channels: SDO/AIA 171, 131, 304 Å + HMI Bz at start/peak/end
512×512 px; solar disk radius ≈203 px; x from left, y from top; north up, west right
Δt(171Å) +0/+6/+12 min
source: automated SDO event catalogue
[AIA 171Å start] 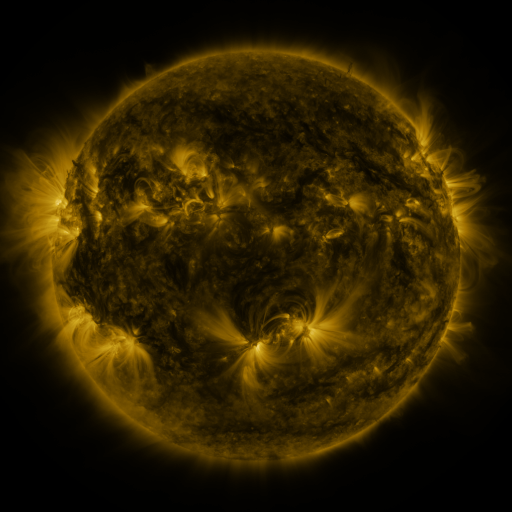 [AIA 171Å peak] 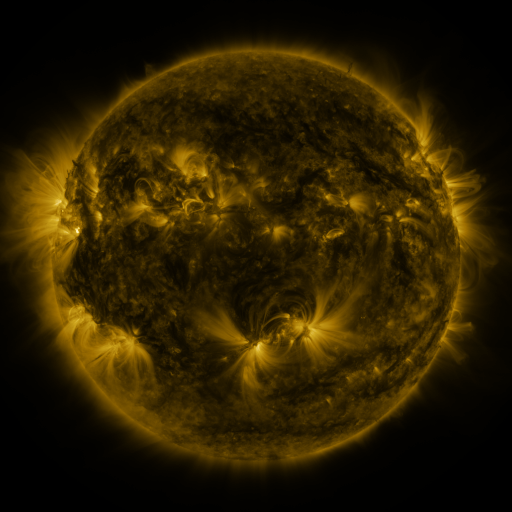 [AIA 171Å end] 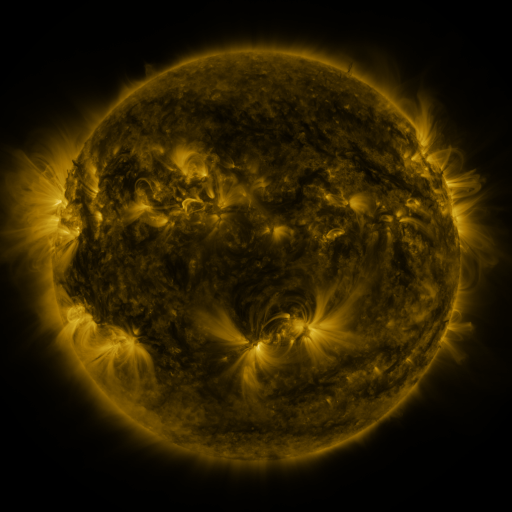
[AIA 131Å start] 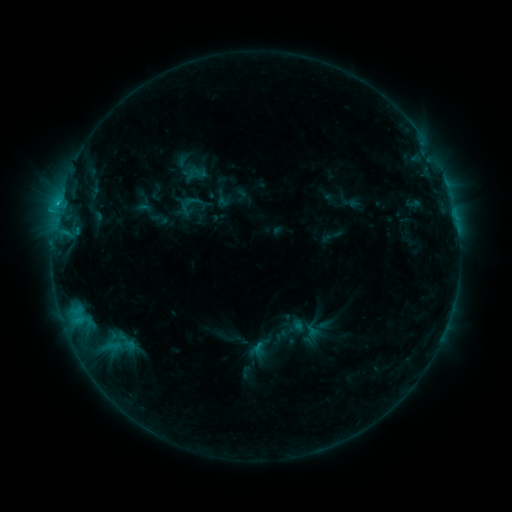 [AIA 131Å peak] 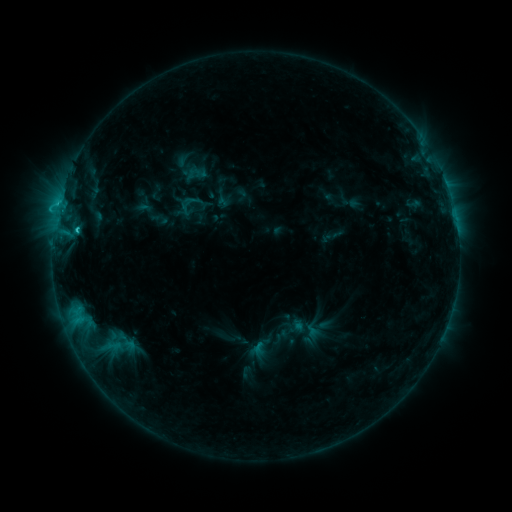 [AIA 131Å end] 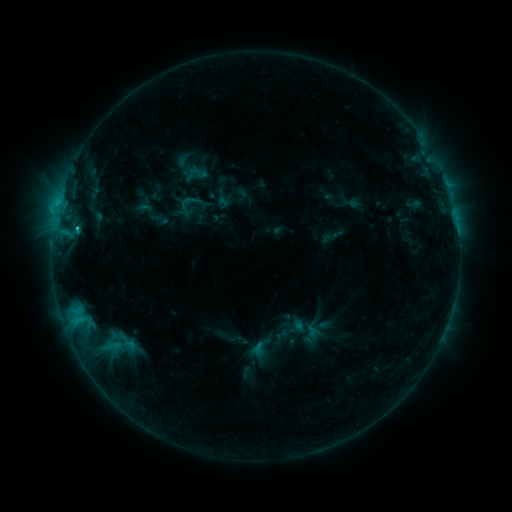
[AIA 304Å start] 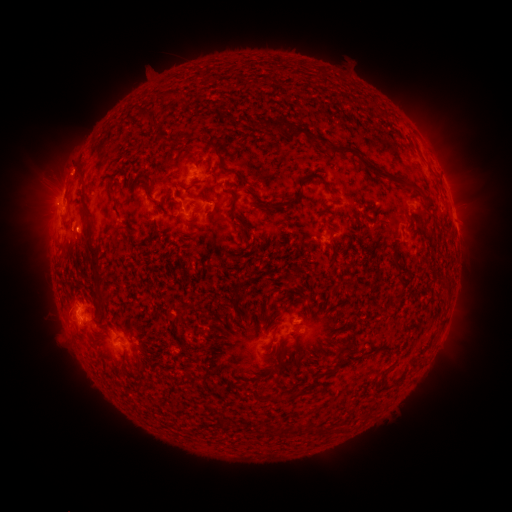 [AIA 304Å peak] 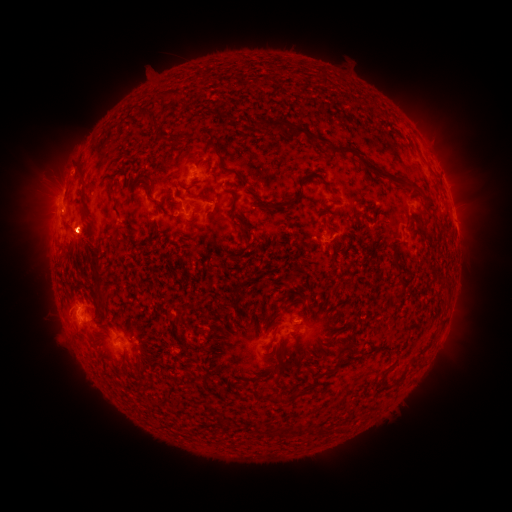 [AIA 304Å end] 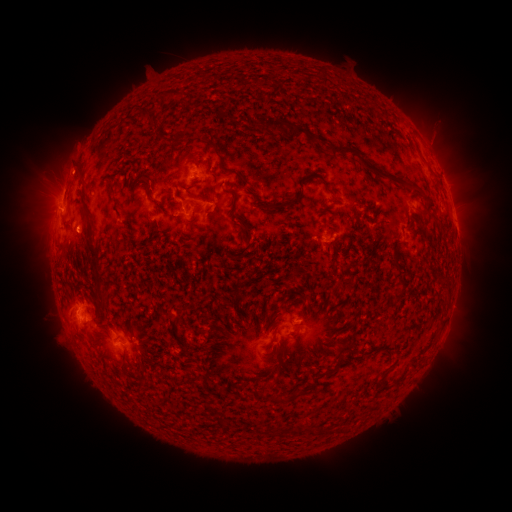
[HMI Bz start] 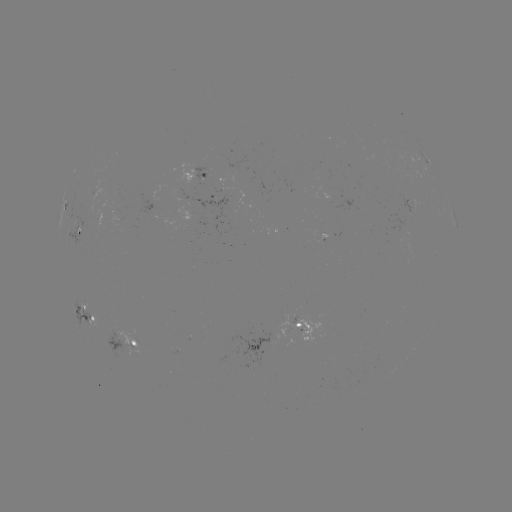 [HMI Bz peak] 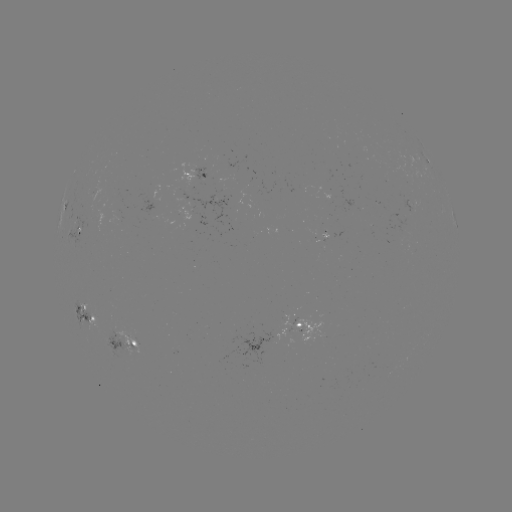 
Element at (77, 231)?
C2.0 flare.